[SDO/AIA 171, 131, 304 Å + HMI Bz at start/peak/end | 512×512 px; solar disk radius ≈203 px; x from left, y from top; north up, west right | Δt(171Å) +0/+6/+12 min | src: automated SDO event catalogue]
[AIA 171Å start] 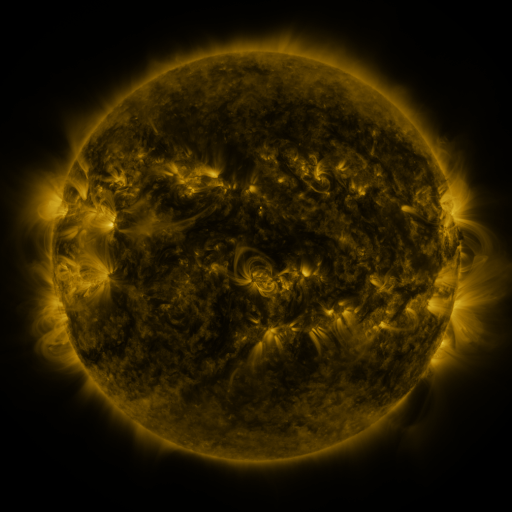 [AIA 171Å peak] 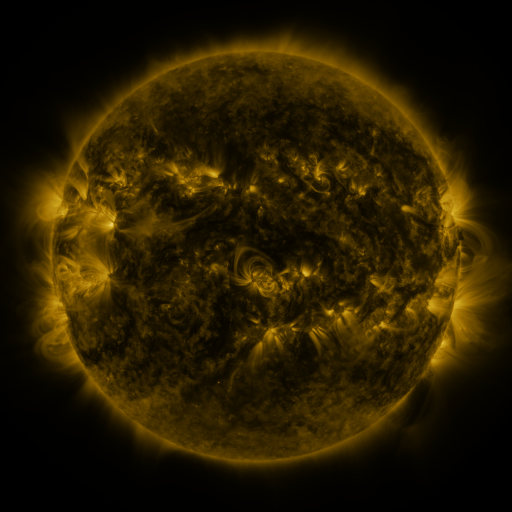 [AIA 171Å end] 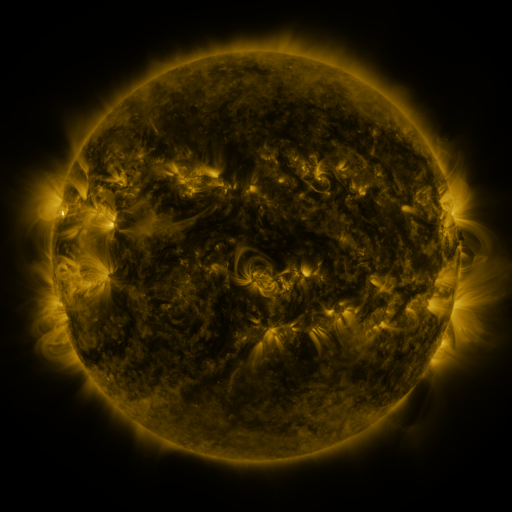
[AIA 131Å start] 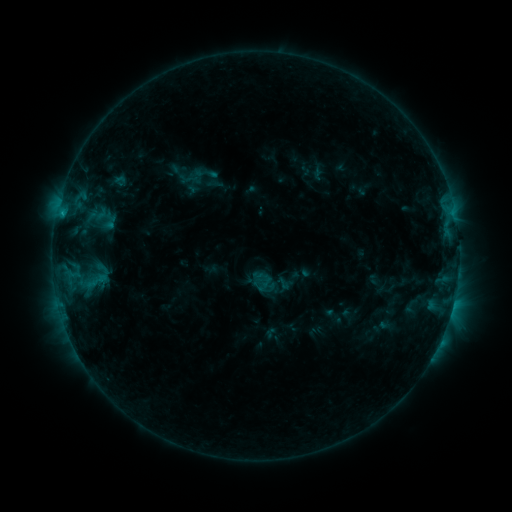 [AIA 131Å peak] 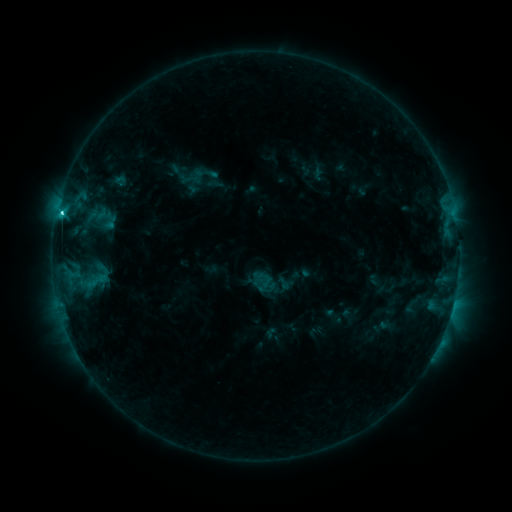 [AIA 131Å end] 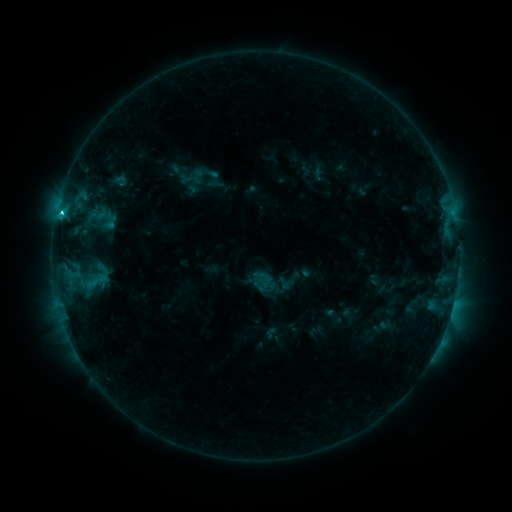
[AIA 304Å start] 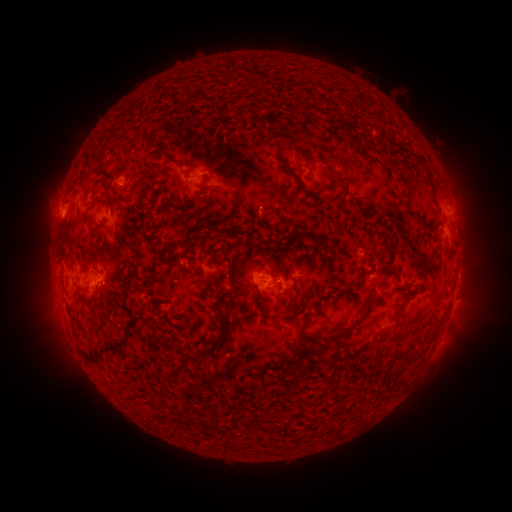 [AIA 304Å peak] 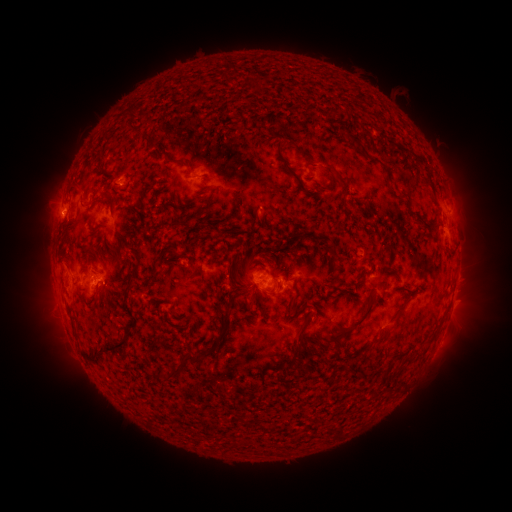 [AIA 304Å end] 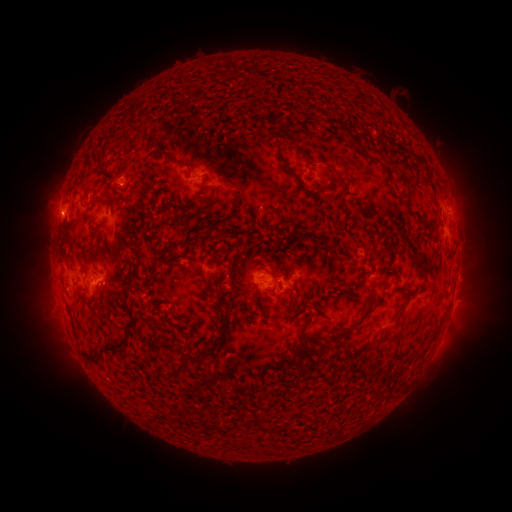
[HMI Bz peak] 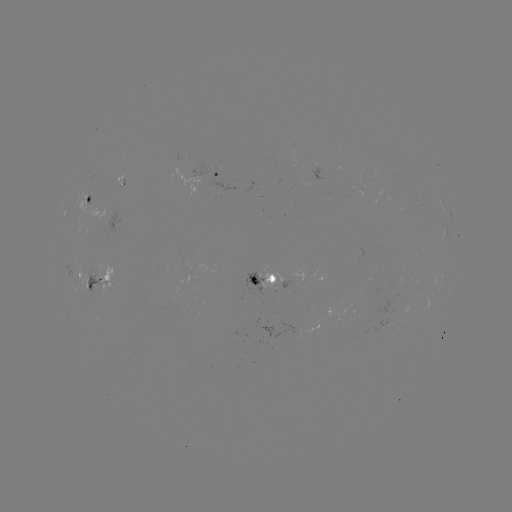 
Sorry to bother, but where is C2.5 flare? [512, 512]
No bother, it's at [61, 215].